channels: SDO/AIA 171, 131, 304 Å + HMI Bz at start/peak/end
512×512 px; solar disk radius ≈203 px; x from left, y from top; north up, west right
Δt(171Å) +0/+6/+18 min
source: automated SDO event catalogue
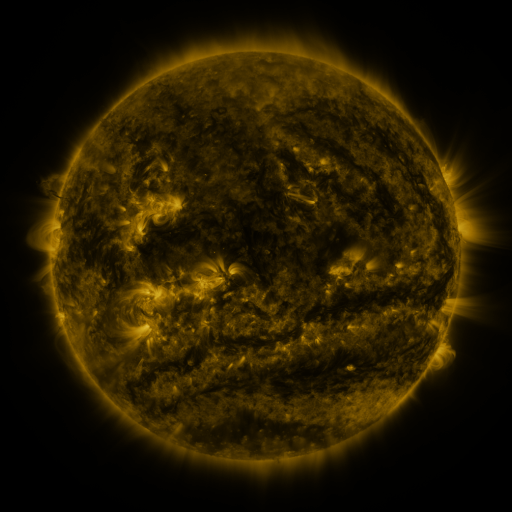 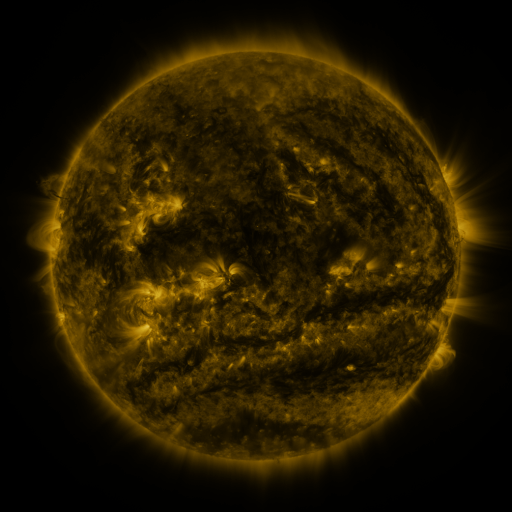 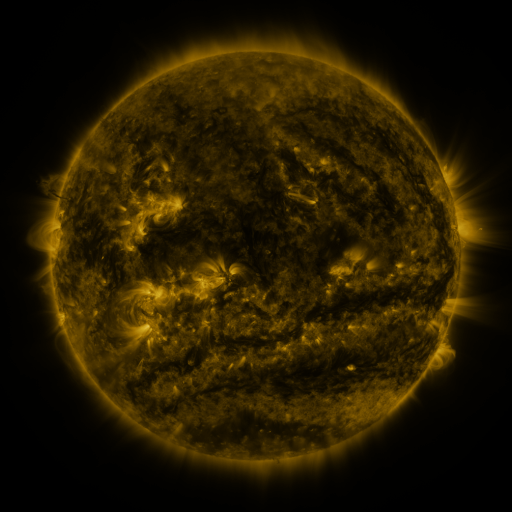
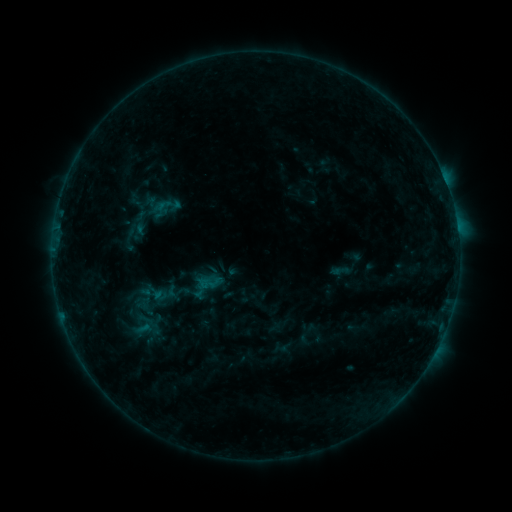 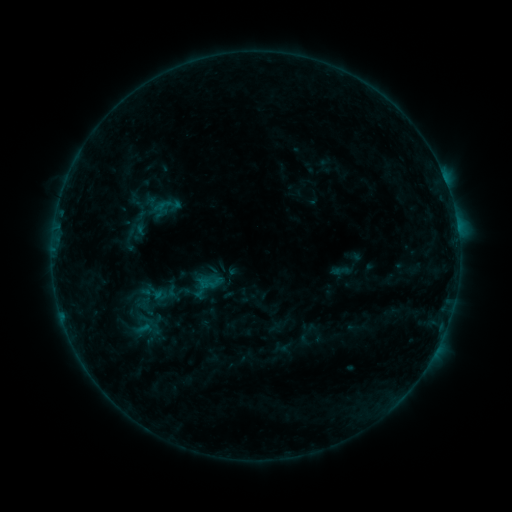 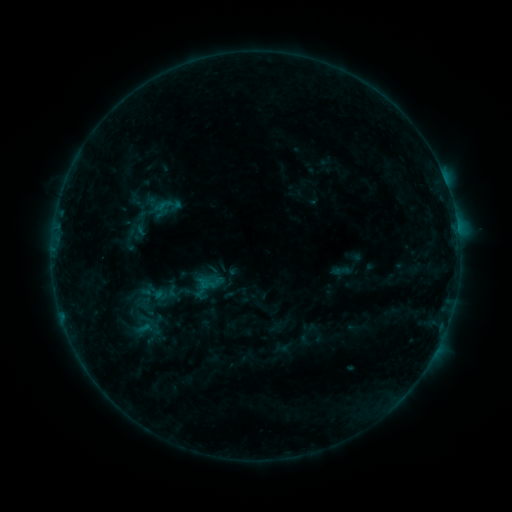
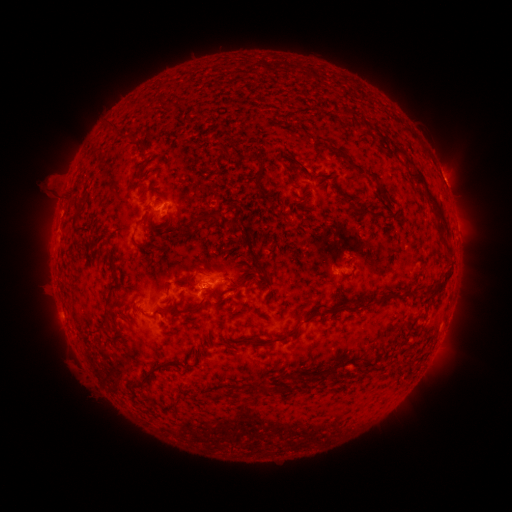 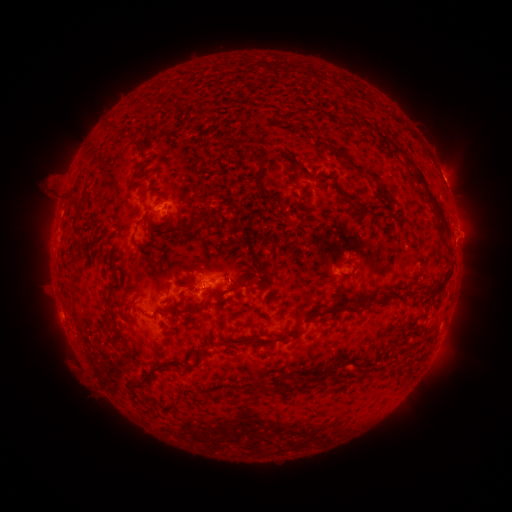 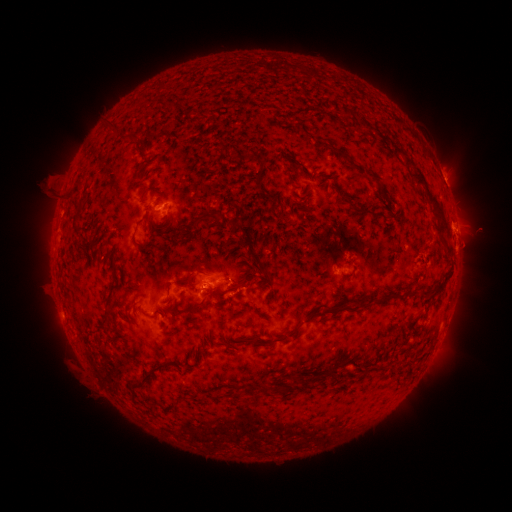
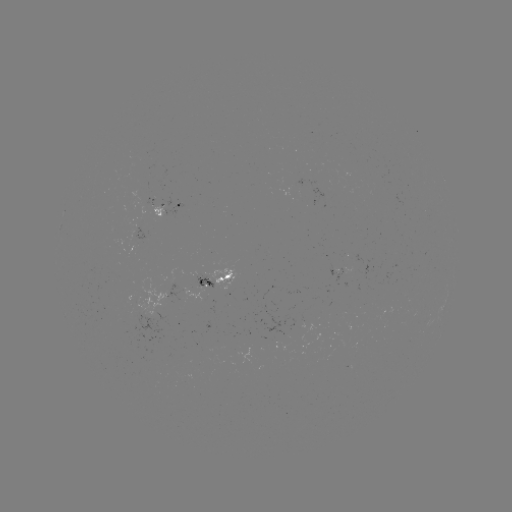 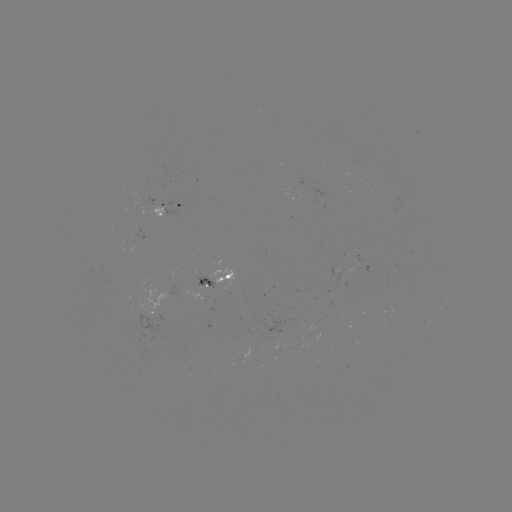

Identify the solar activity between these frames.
eruption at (471, 233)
